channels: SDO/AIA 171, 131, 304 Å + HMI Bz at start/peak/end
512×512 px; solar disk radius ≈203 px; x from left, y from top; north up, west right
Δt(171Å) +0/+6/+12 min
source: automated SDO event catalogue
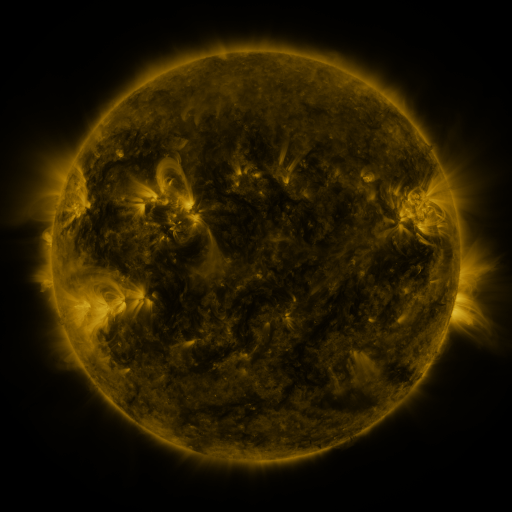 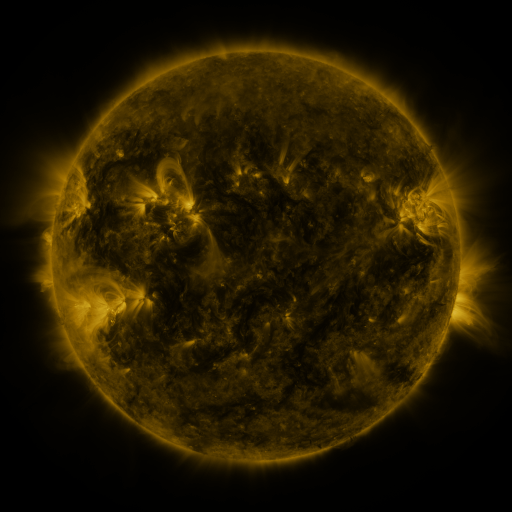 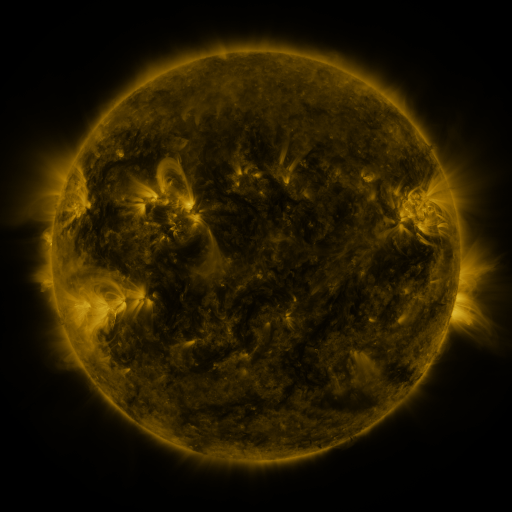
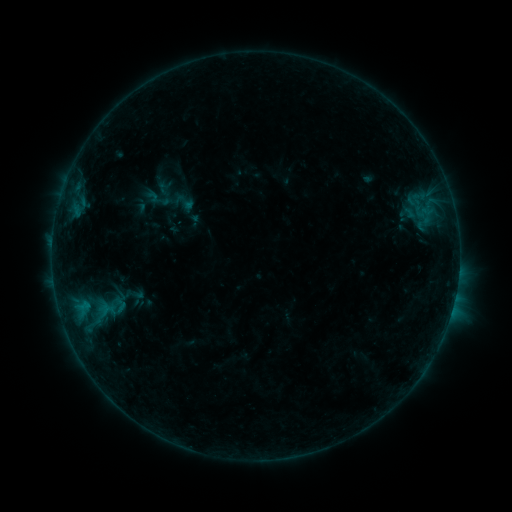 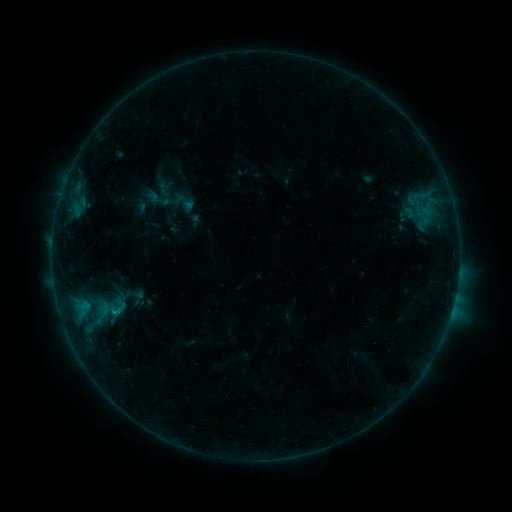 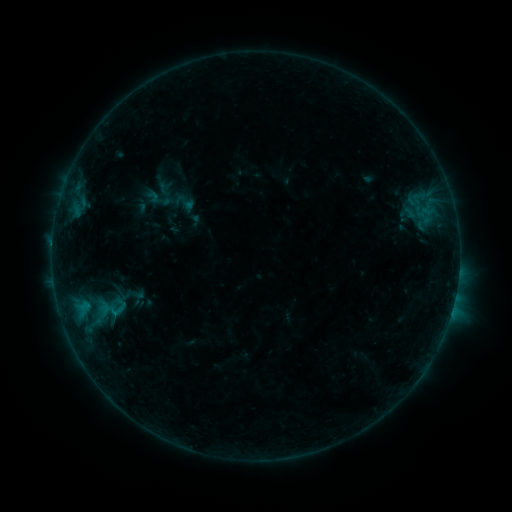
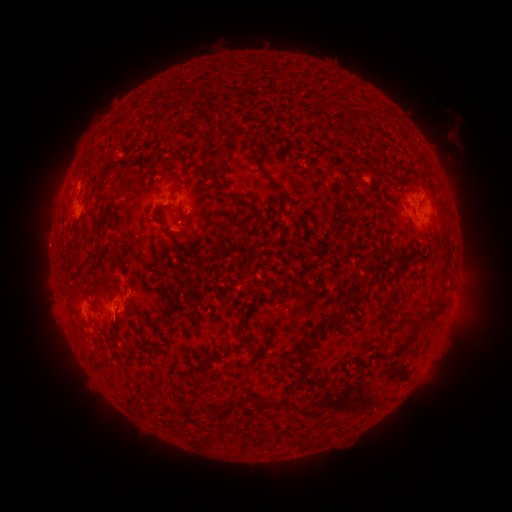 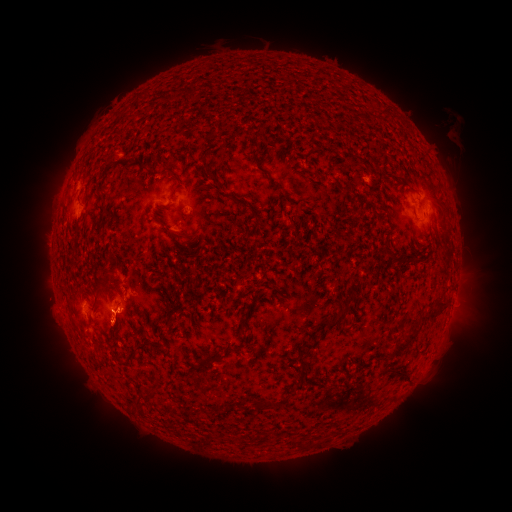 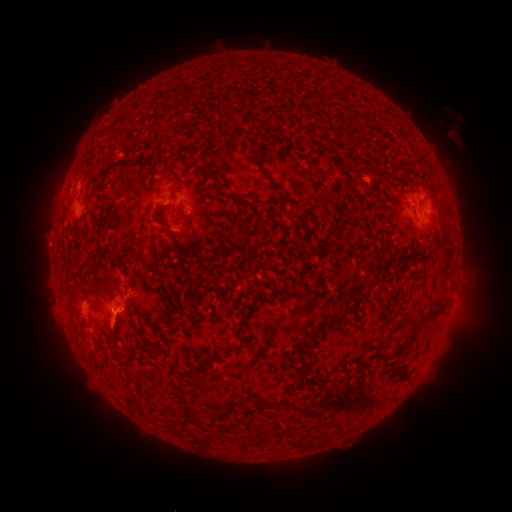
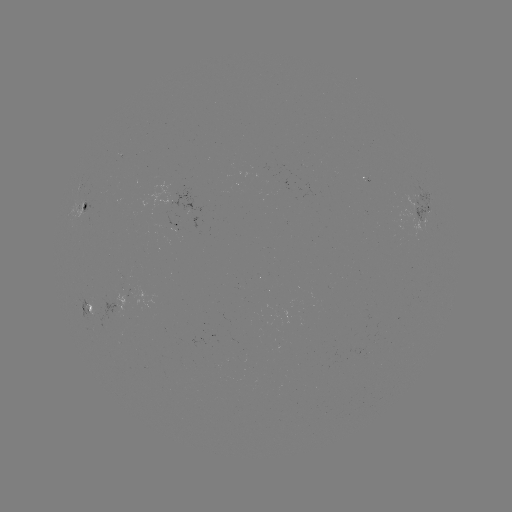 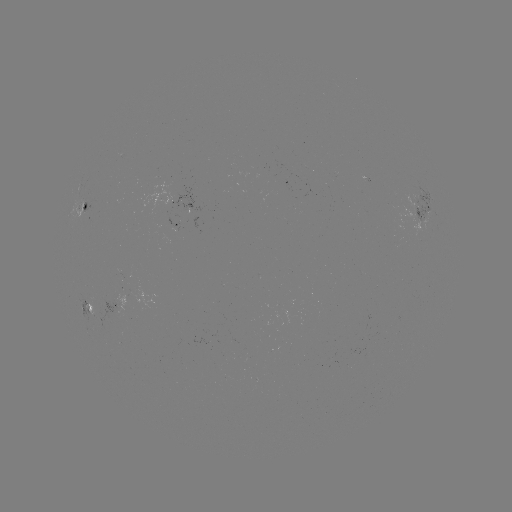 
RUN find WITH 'B3.7 flare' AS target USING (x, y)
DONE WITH (116, 312) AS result